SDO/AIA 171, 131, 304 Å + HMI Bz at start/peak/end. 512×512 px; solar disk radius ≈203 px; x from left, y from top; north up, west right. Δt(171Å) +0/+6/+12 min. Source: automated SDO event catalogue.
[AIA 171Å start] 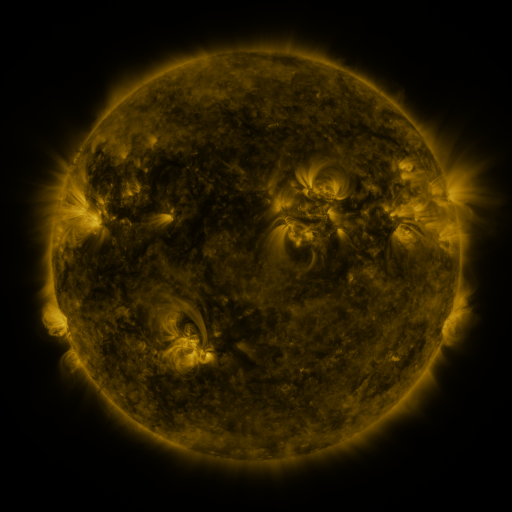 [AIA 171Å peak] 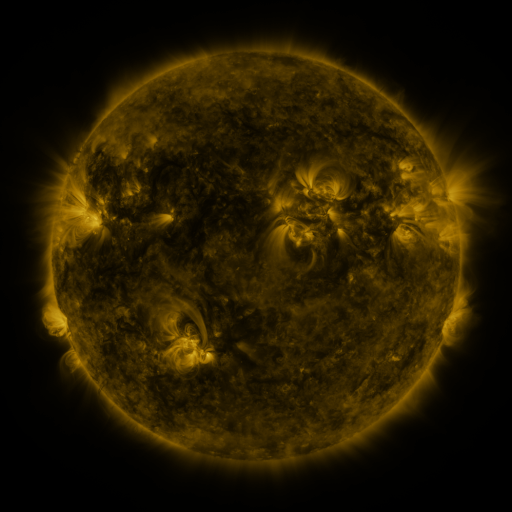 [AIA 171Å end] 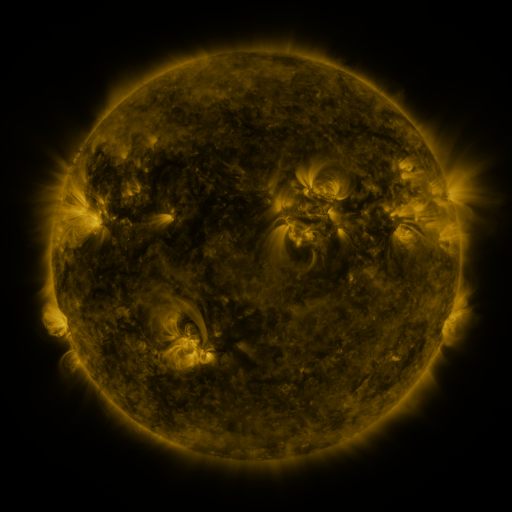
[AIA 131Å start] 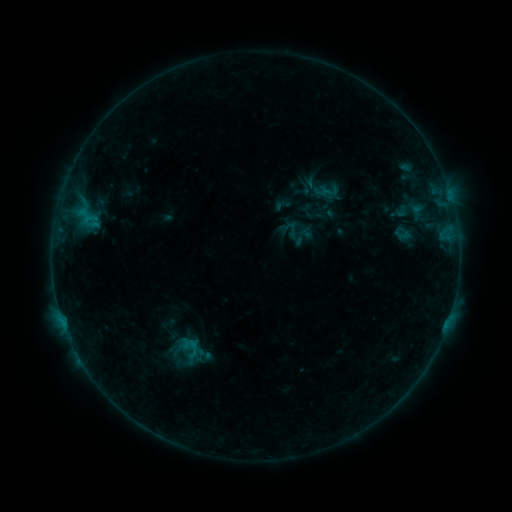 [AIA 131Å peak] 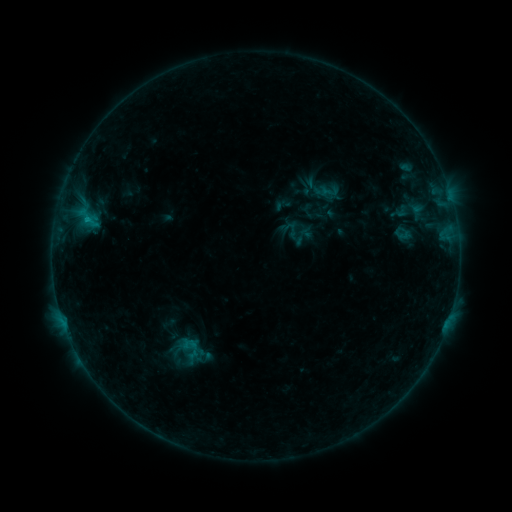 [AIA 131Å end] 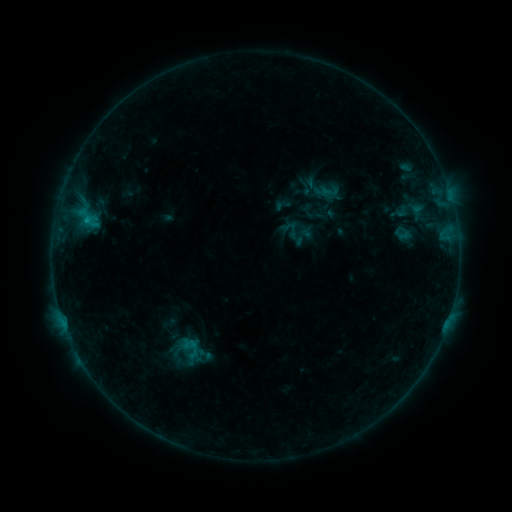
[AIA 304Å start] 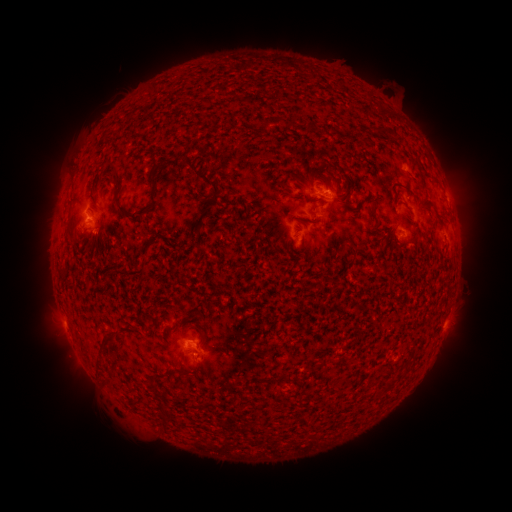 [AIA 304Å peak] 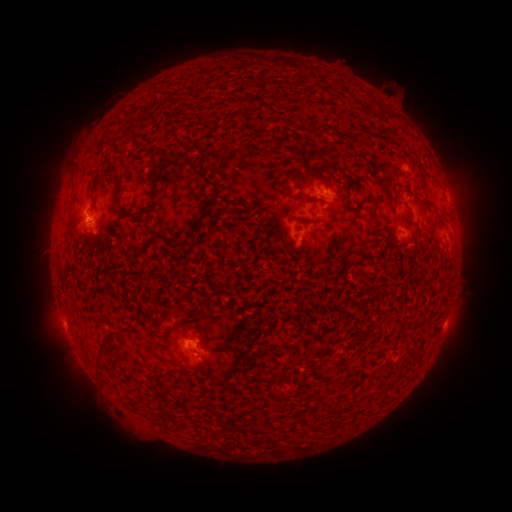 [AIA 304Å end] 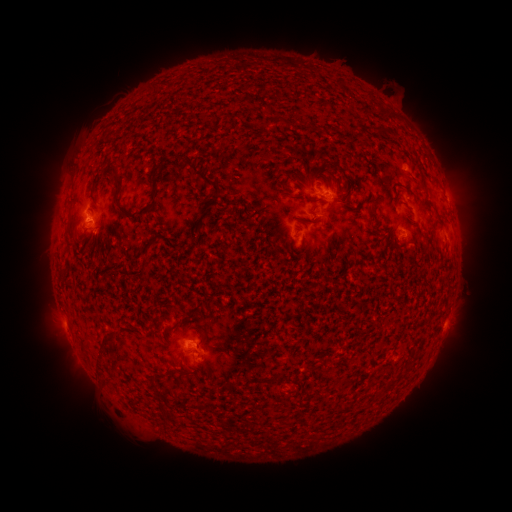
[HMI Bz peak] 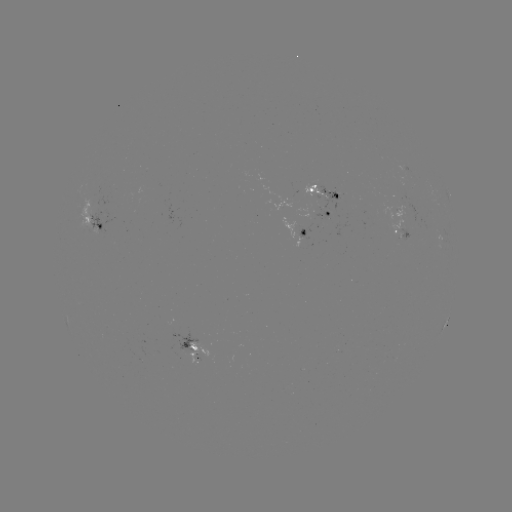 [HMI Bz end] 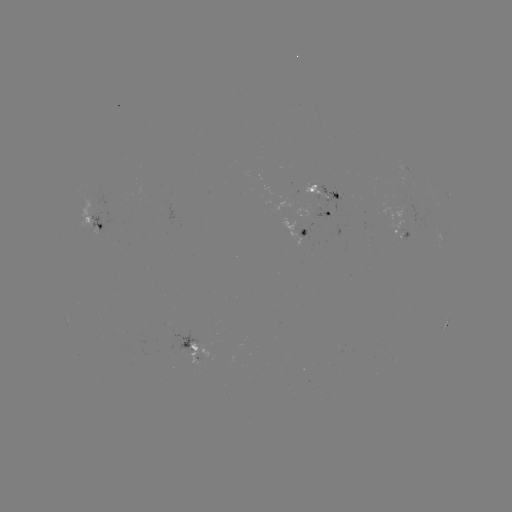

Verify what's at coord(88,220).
B5.1 flare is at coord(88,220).